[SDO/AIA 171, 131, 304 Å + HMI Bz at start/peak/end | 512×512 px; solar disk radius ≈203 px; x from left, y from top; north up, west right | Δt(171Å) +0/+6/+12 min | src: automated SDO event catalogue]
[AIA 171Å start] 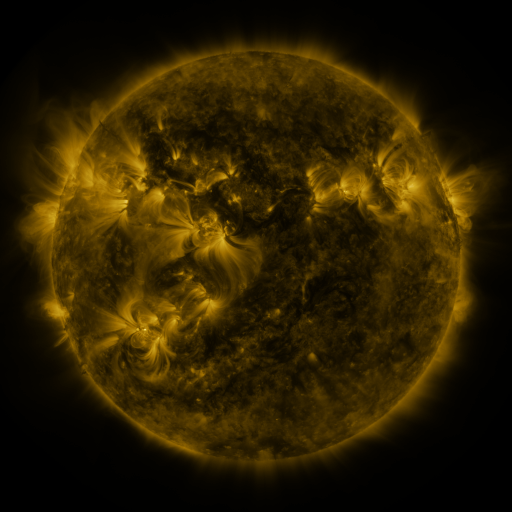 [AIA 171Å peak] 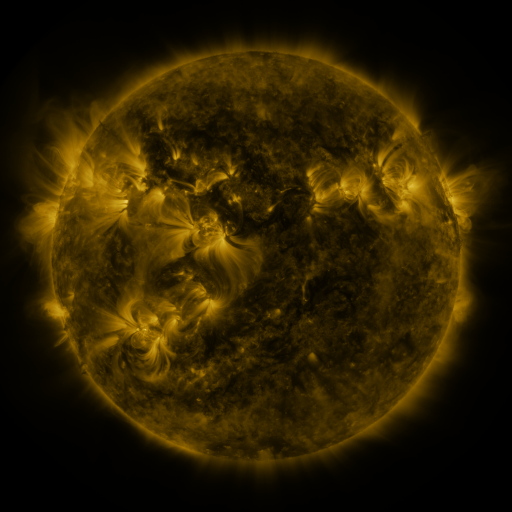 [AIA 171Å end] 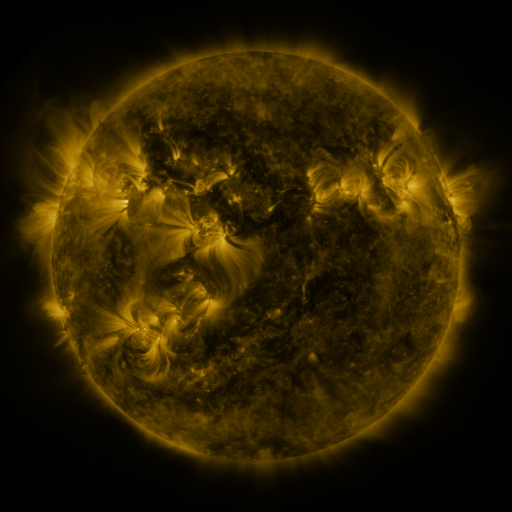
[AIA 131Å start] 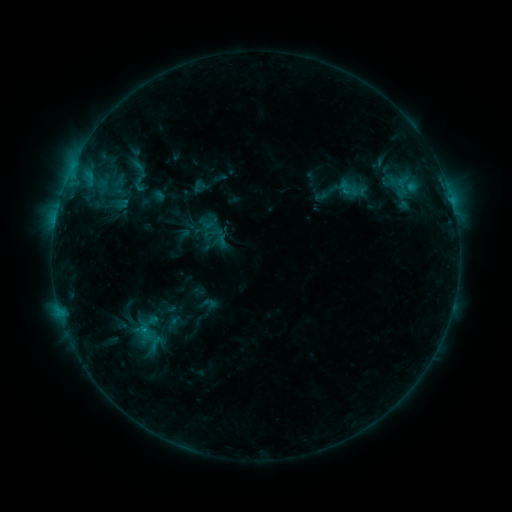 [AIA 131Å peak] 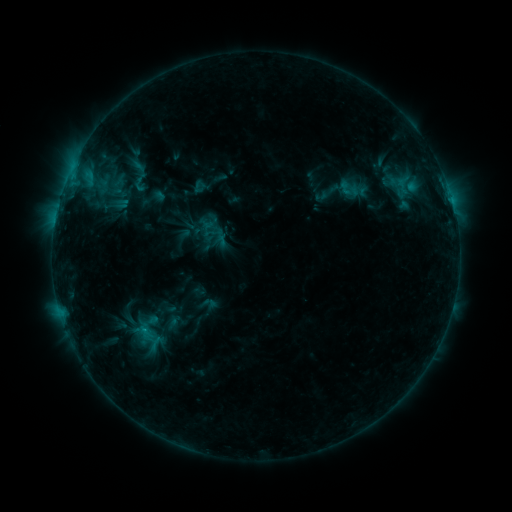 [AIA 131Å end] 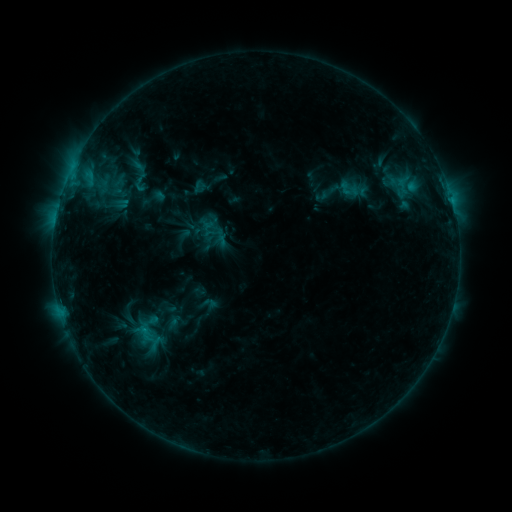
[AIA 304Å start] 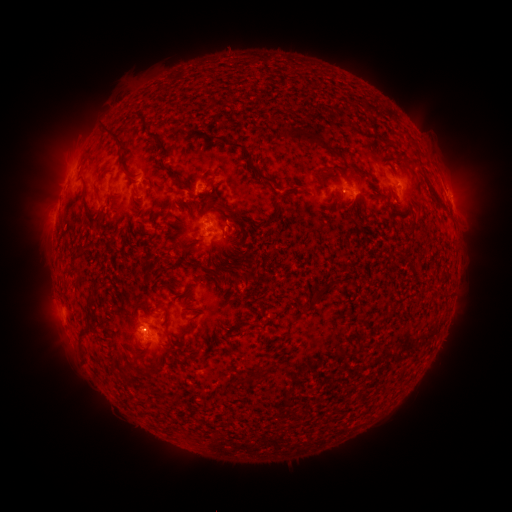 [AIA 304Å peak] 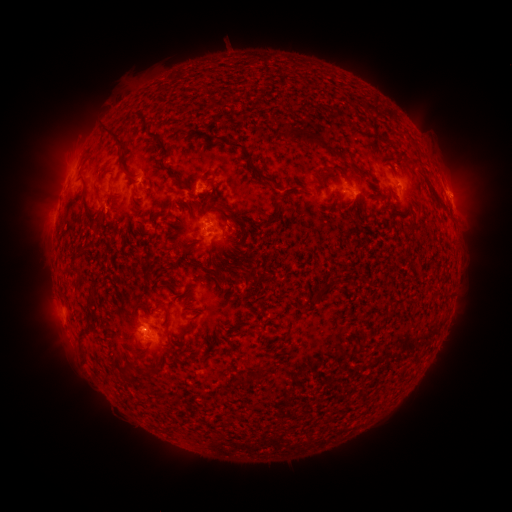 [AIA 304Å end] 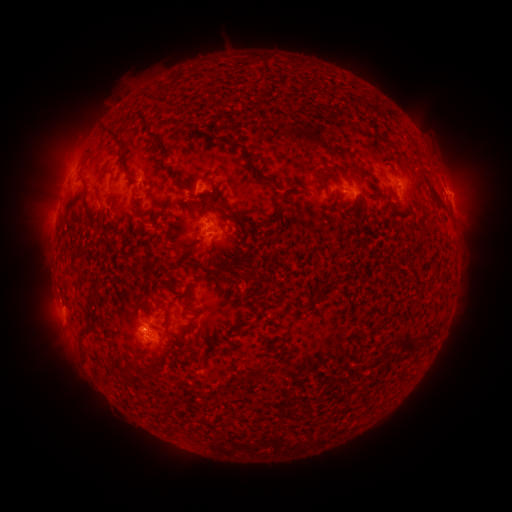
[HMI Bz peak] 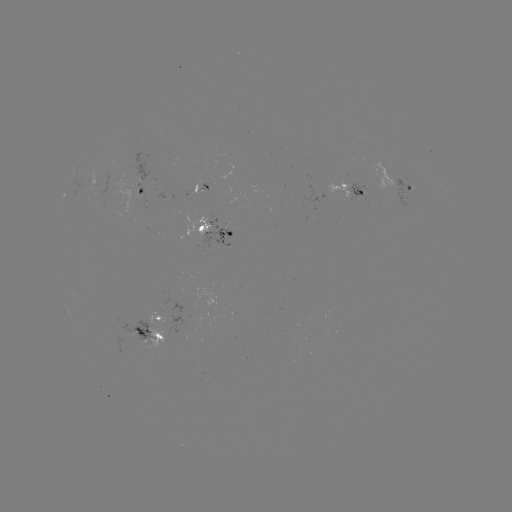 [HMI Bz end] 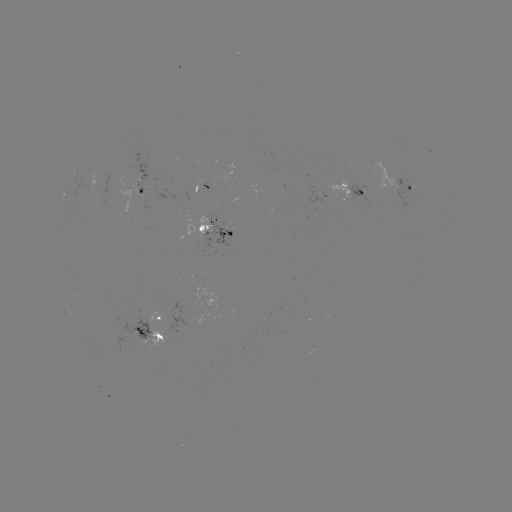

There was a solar eruption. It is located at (456, 191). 